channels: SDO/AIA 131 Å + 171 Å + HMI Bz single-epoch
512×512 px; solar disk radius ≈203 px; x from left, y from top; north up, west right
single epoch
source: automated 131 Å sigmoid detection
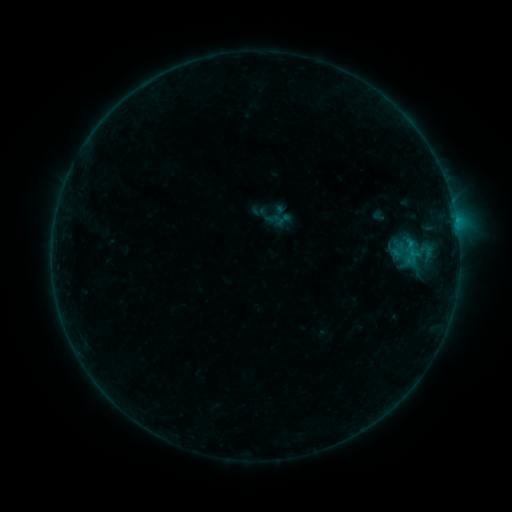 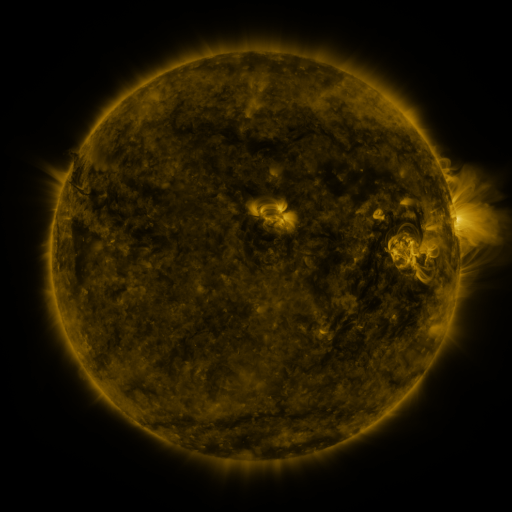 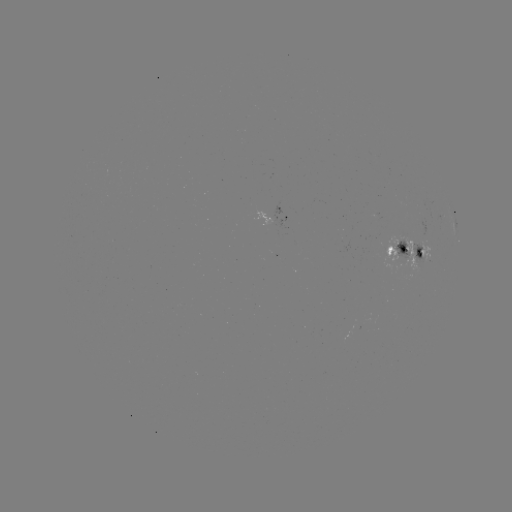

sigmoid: [389, 241, 408, 258]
